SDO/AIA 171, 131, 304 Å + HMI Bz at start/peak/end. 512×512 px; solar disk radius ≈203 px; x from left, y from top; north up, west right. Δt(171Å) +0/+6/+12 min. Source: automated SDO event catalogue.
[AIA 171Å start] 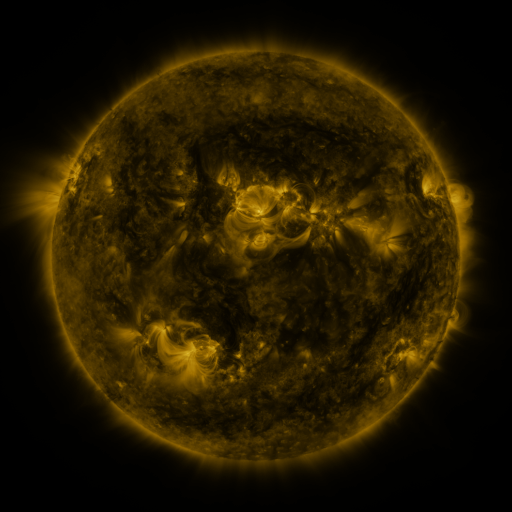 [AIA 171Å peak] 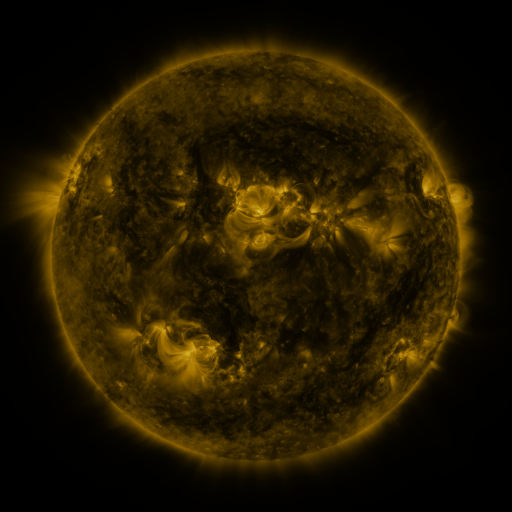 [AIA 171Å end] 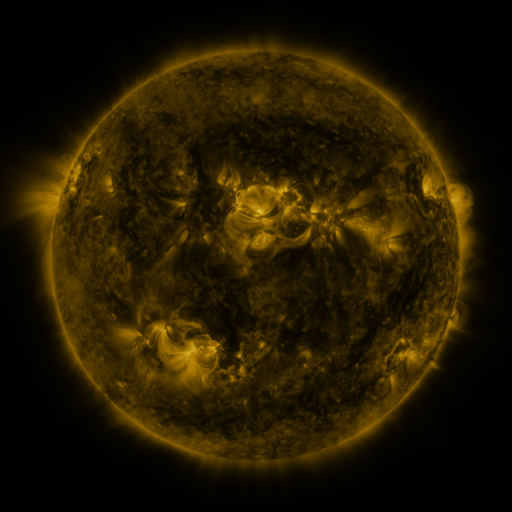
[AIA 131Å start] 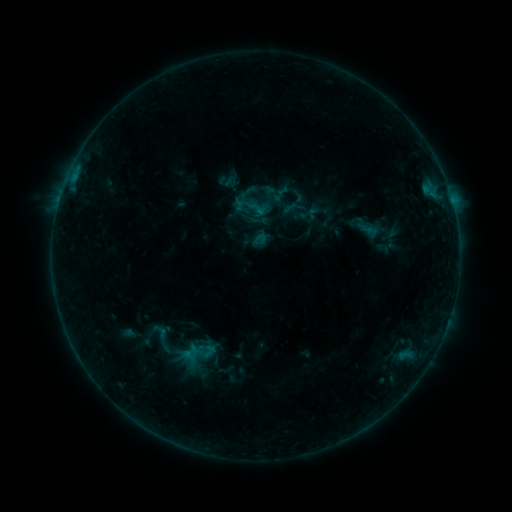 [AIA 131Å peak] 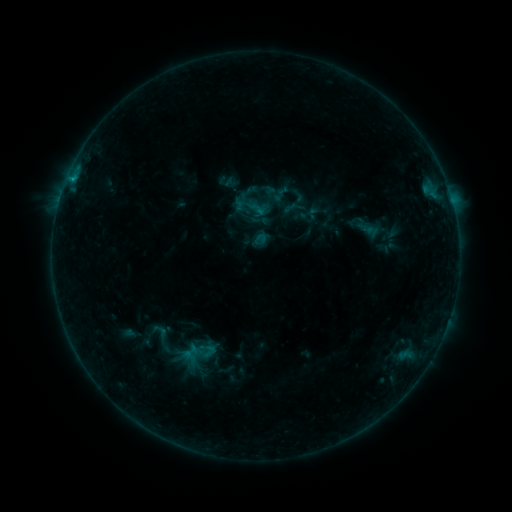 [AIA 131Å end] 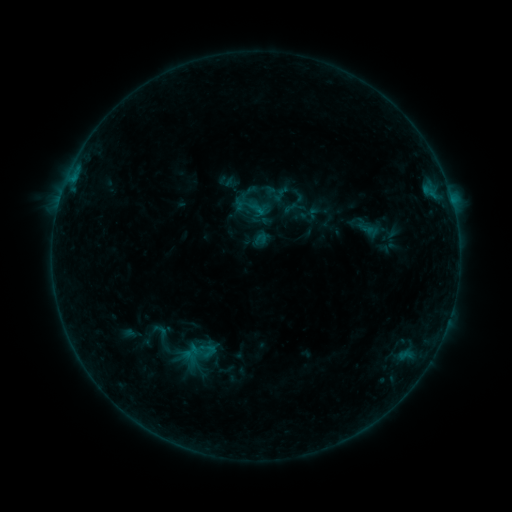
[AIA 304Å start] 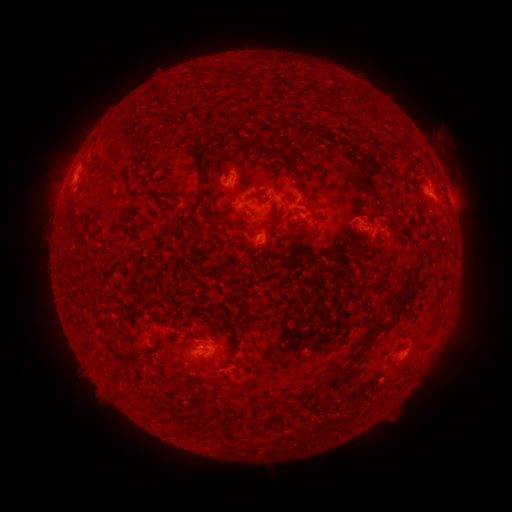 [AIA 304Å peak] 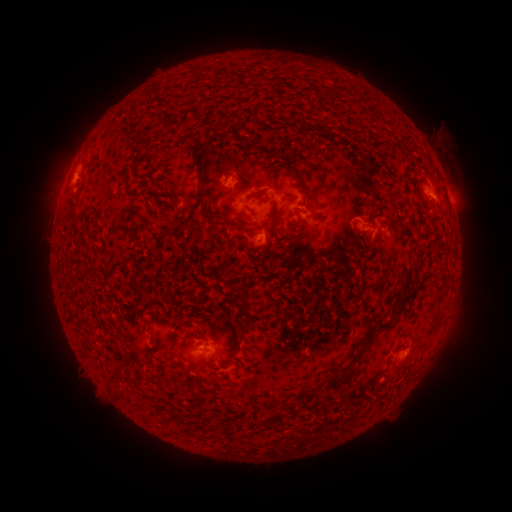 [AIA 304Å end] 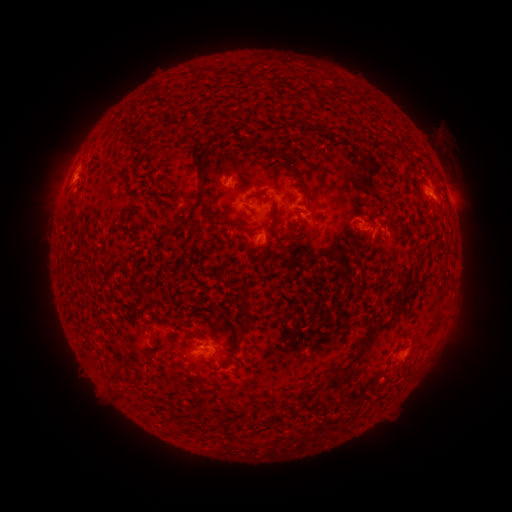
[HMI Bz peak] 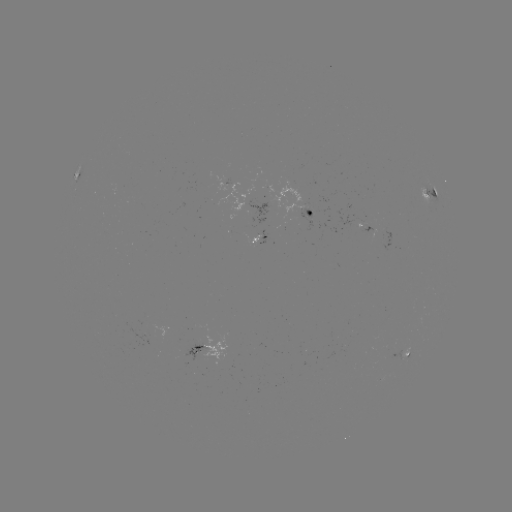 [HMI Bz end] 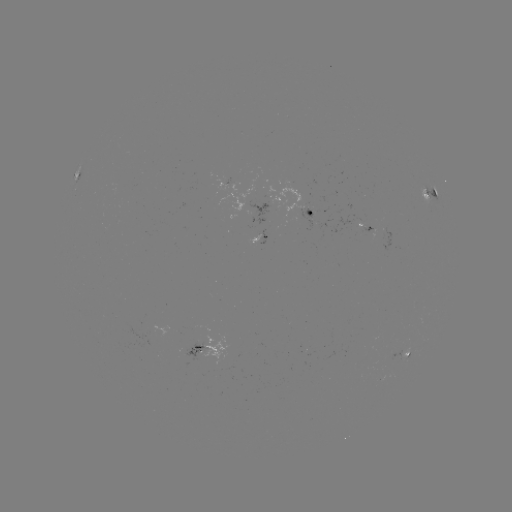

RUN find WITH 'B4.3 flare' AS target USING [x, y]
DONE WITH [72, 183] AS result